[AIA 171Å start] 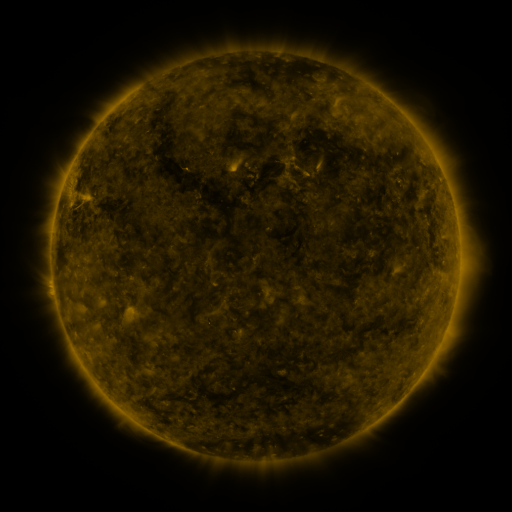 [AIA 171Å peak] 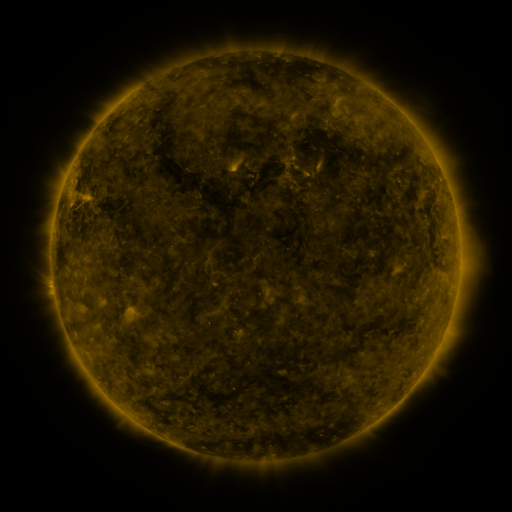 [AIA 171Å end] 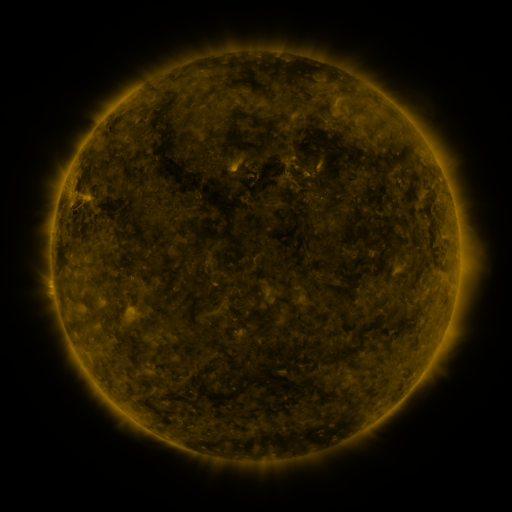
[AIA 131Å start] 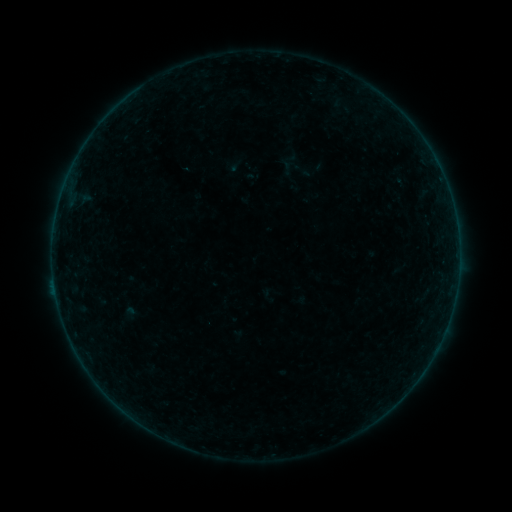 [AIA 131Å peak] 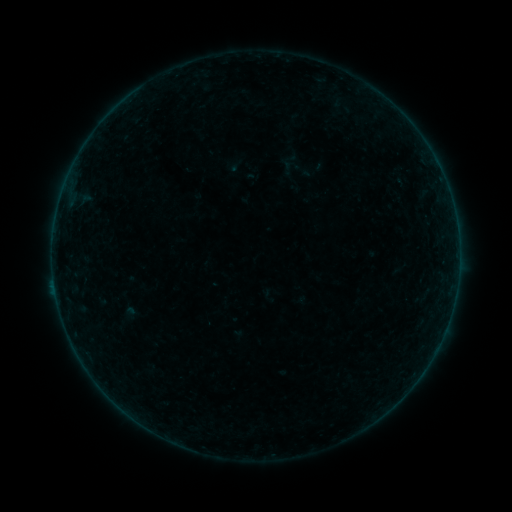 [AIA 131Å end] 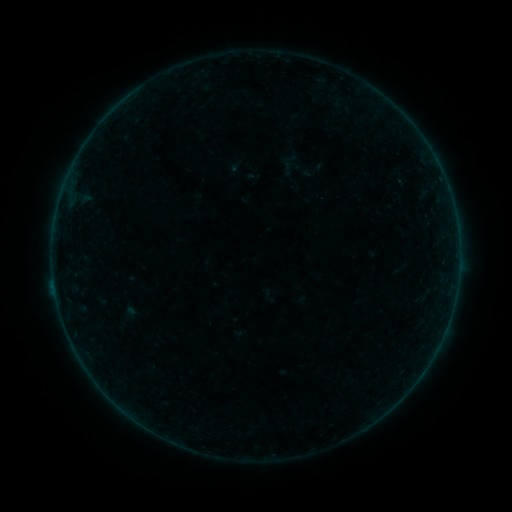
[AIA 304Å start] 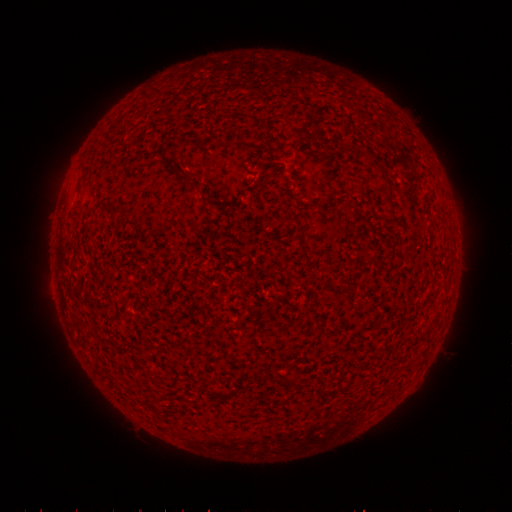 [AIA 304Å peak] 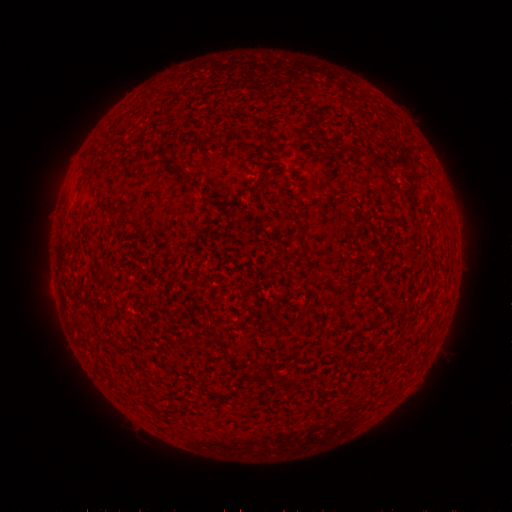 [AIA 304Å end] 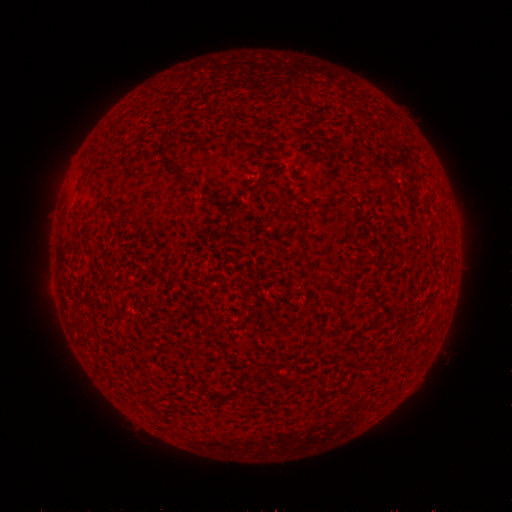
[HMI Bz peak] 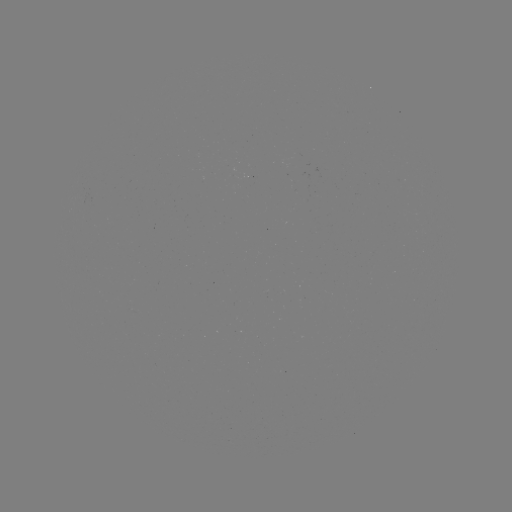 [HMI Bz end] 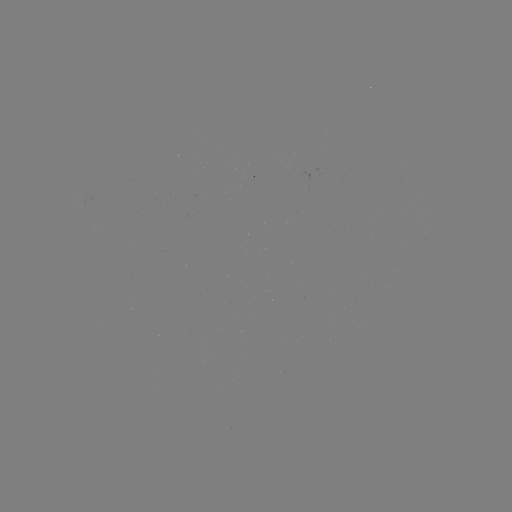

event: flare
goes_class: B2.1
